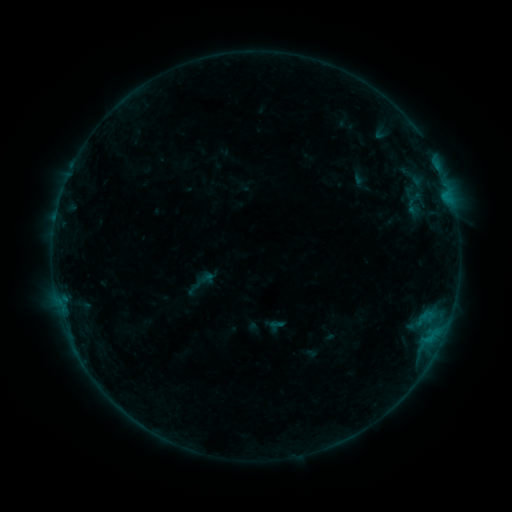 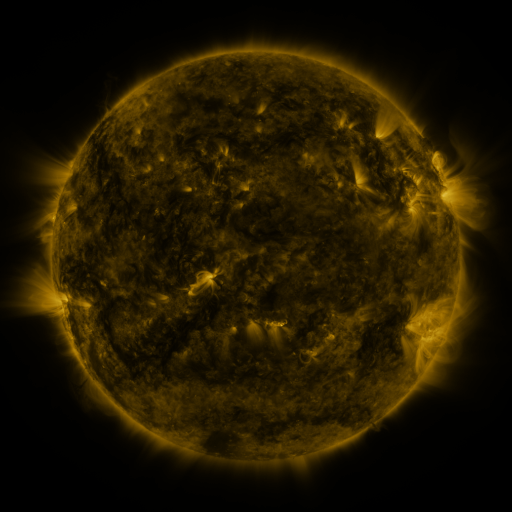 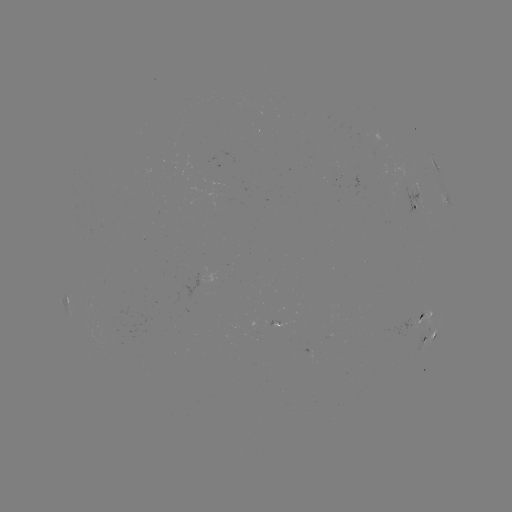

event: sigmoid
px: (194, 288)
